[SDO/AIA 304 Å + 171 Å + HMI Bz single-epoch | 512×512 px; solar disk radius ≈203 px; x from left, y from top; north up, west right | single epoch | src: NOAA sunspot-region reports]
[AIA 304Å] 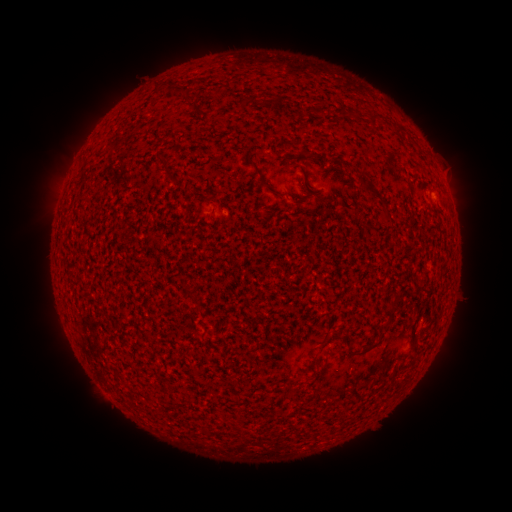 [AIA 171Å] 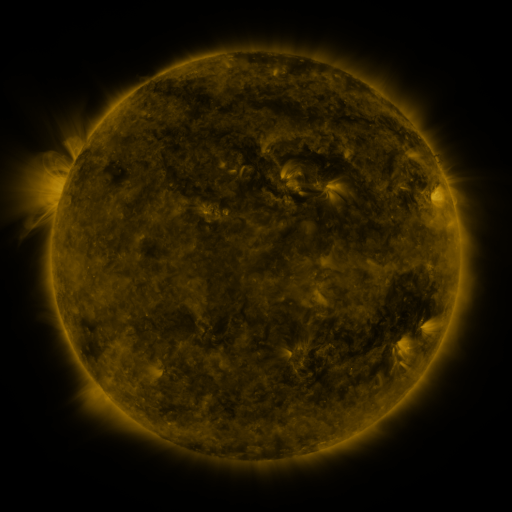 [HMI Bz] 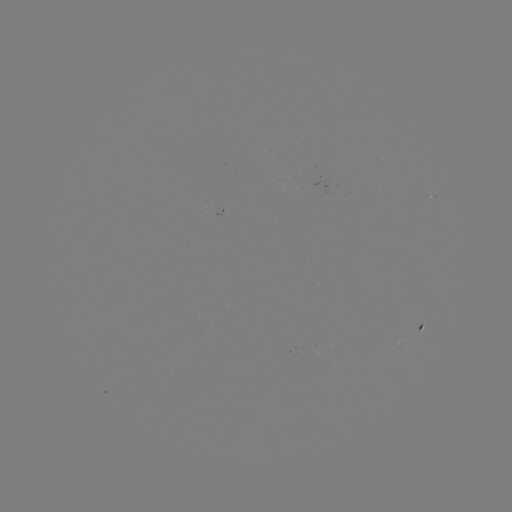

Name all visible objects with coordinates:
spotted active region: (431, 198)
spotted active region: (421, 328)
